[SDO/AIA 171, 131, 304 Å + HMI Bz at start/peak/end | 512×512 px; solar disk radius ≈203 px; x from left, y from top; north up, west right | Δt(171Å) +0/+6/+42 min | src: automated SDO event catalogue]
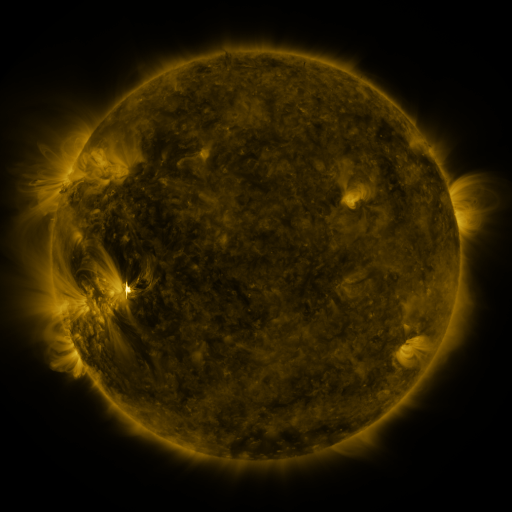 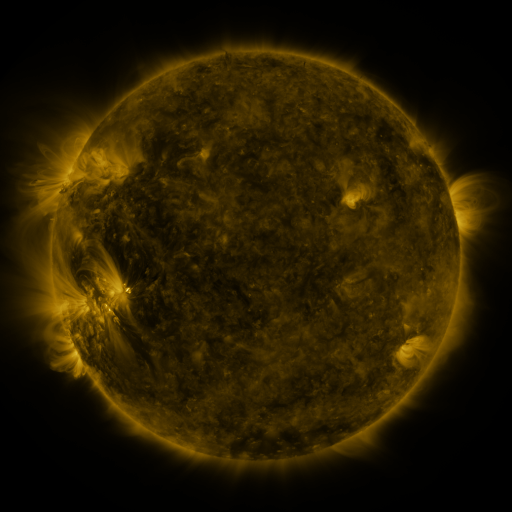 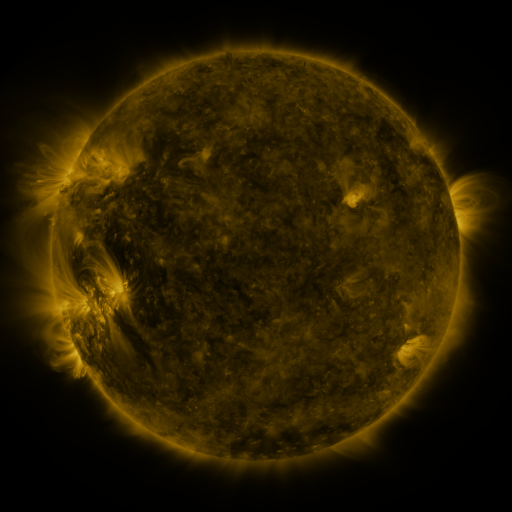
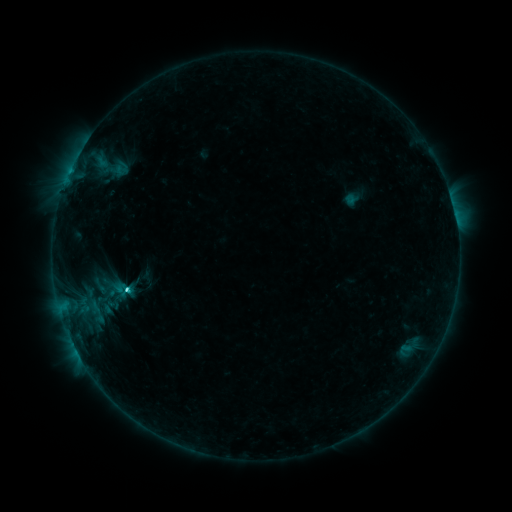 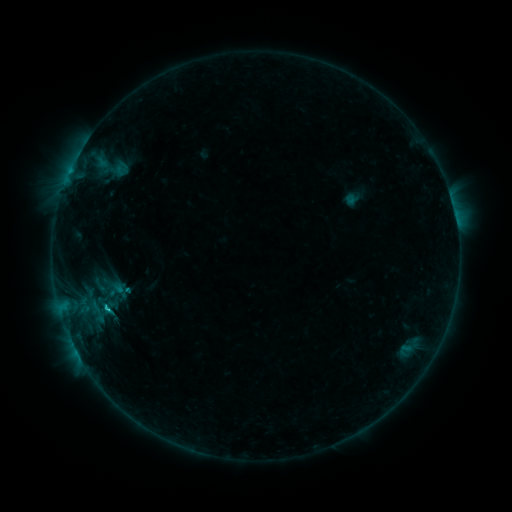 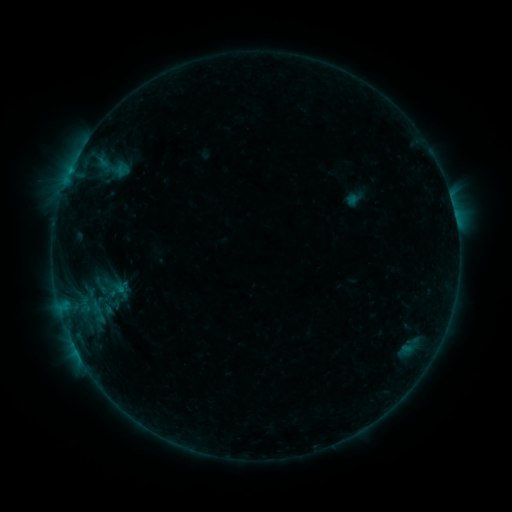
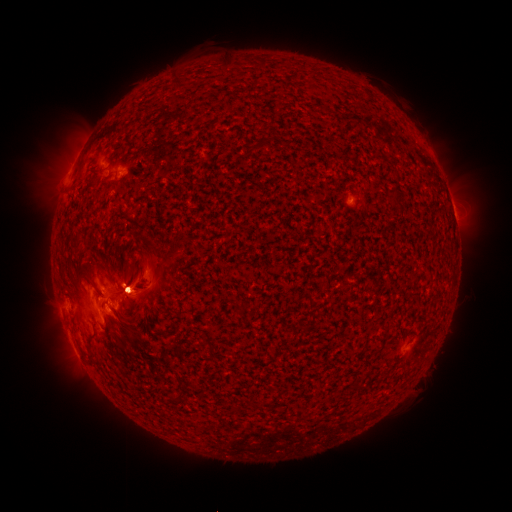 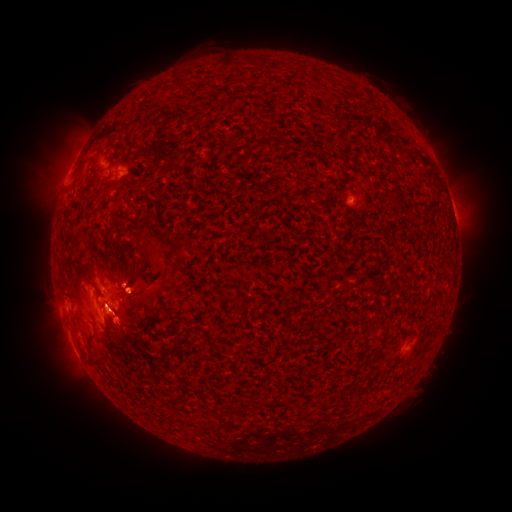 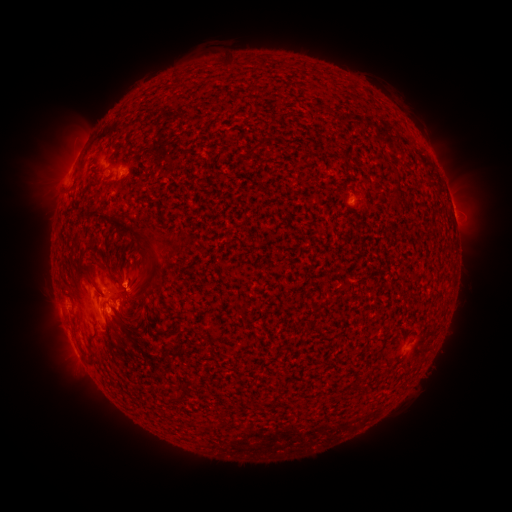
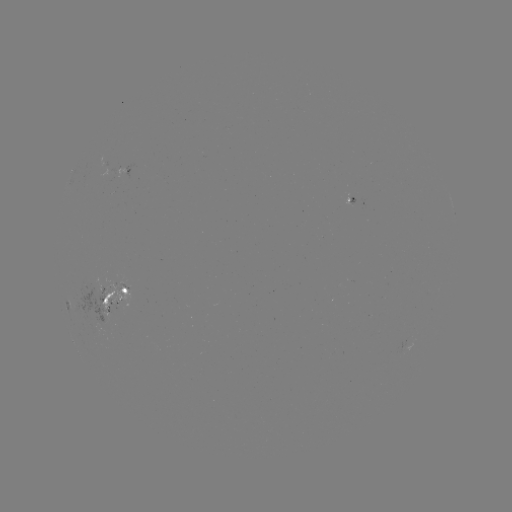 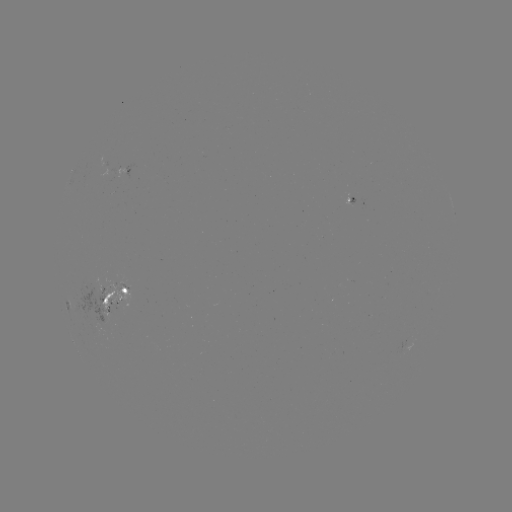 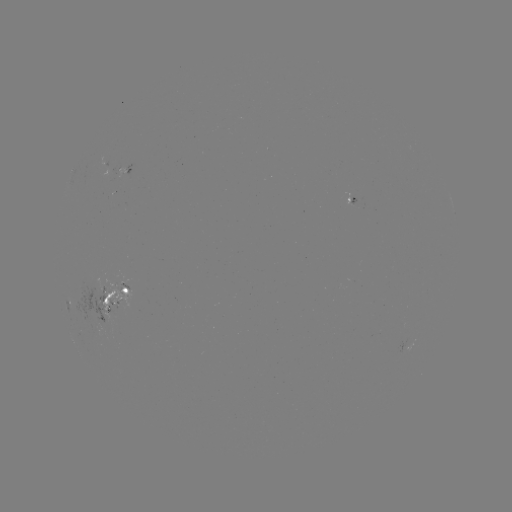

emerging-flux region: (114, 168, 125, 177)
